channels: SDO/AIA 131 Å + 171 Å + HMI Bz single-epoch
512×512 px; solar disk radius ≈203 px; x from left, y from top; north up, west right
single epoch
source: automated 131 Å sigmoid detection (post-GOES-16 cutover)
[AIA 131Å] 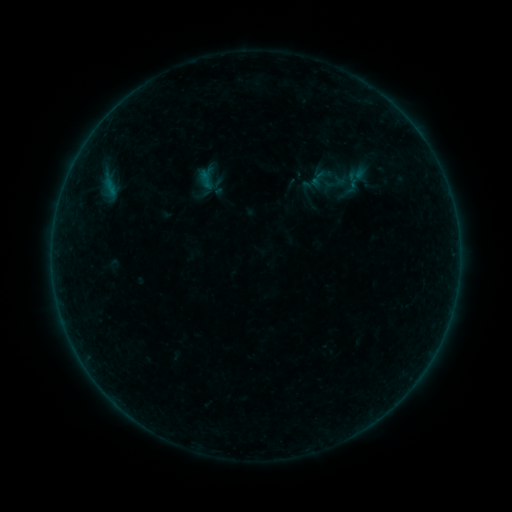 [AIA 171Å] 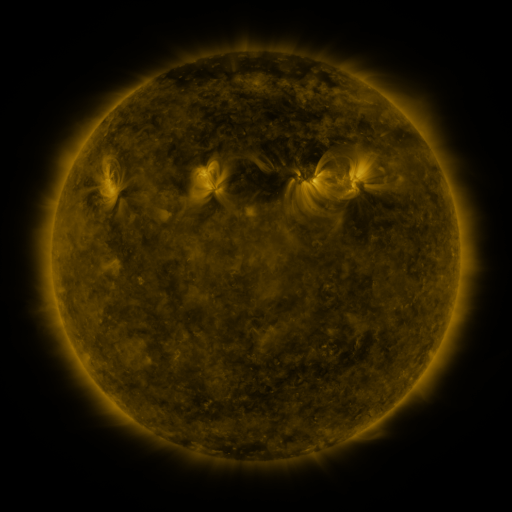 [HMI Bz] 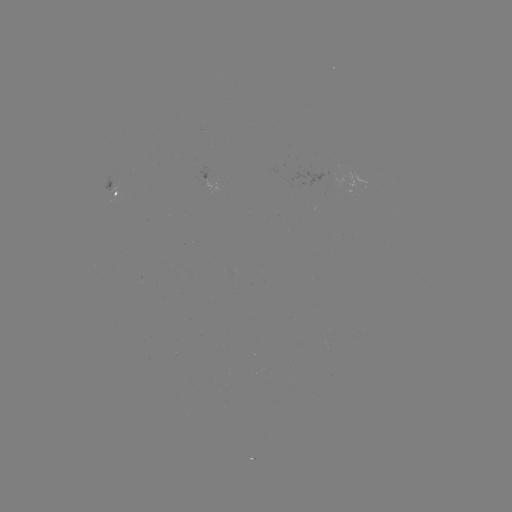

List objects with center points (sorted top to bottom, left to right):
sigmoid: (357, 180)
